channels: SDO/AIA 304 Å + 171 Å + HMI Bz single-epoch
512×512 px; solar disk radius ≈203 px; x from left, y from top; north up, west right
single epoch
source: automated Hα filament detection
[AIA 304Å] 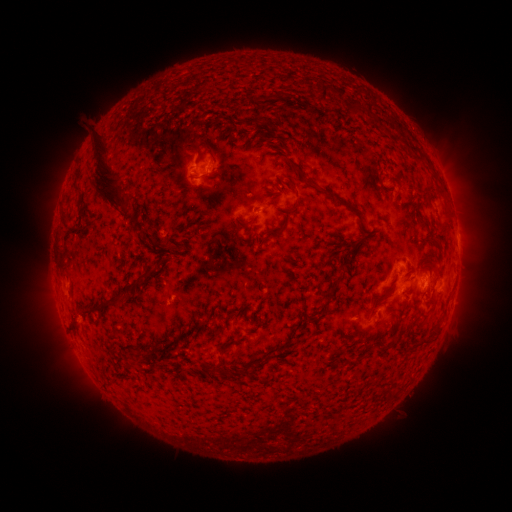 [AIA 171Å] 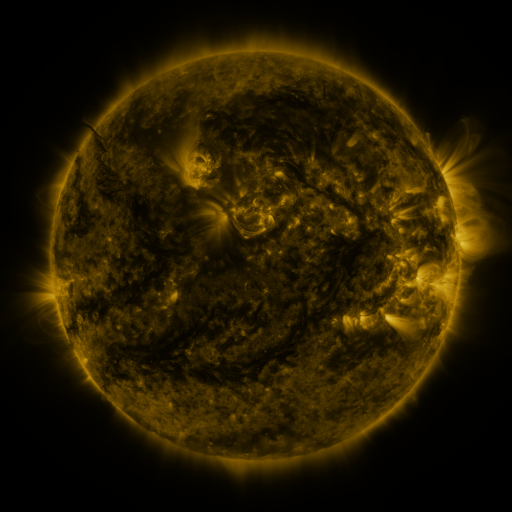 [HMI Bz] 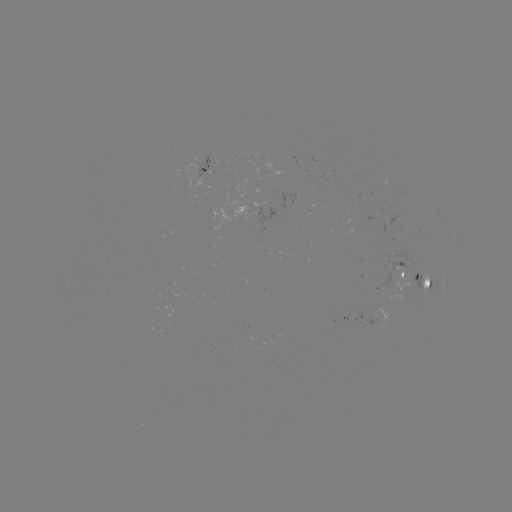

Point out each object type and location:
filament: (322, 93)
filament: (355, 107)
filament: (248, 140)
filament: (217, 157)
filament: (417, 157)
filament: (104, 178)
filament: (287, 178)
filament: (316, 185)
filament: (268, 202)
filament: (191, 204)
filament: (294, 206)
filament: (66, 225)
filament: (169, 248)
filament: (168, 279)
filament: (143, 280)
filament: (337, 281)
filament: (377, 300)
filament: (433, 300)
filament: (77, 324)
filament: (164, 327)
filament: (431, 338)
filament: (249, 368)
